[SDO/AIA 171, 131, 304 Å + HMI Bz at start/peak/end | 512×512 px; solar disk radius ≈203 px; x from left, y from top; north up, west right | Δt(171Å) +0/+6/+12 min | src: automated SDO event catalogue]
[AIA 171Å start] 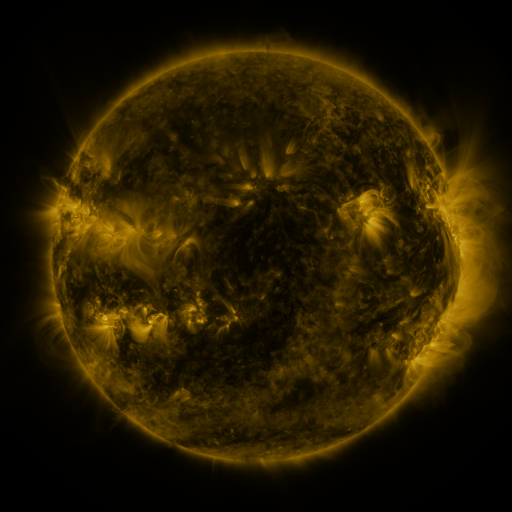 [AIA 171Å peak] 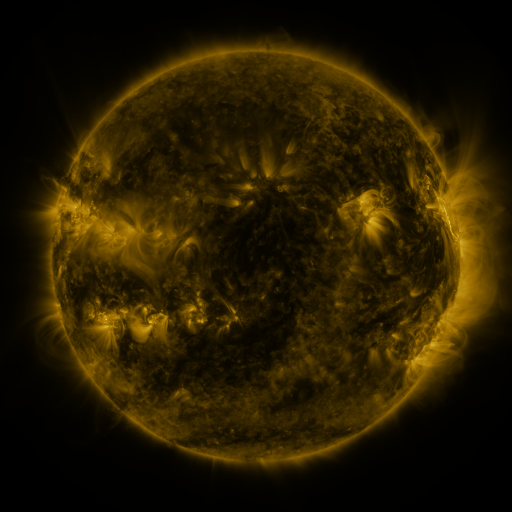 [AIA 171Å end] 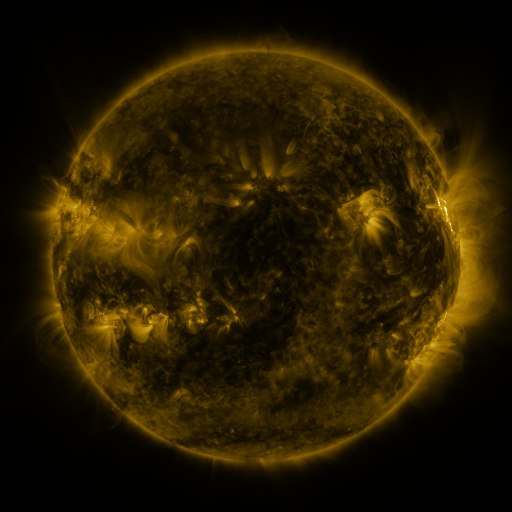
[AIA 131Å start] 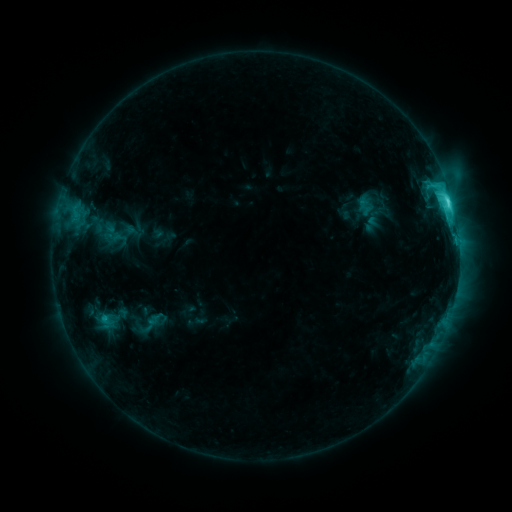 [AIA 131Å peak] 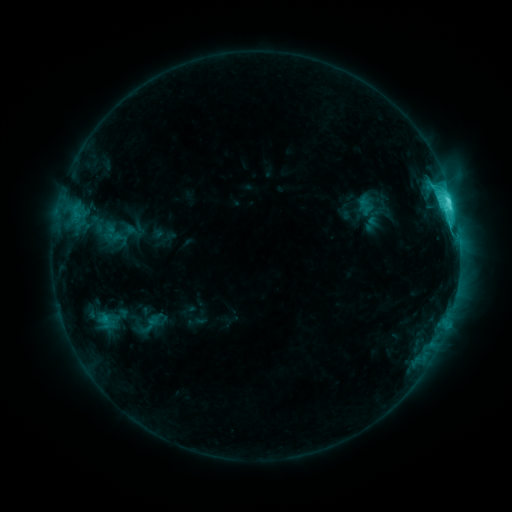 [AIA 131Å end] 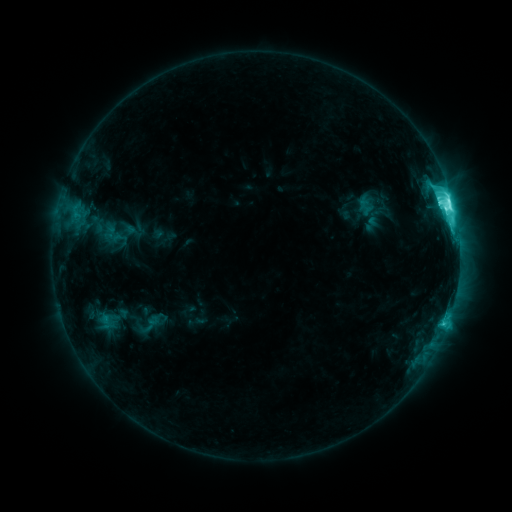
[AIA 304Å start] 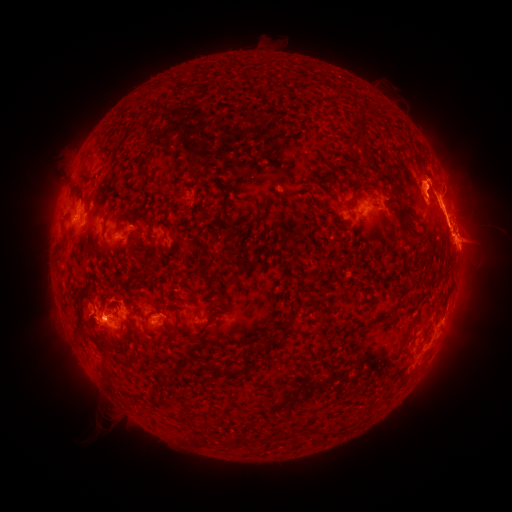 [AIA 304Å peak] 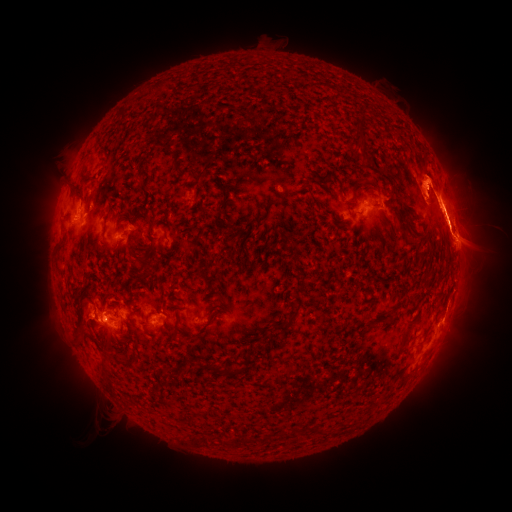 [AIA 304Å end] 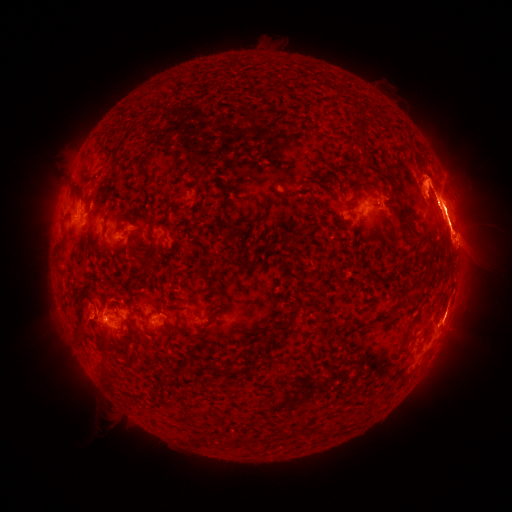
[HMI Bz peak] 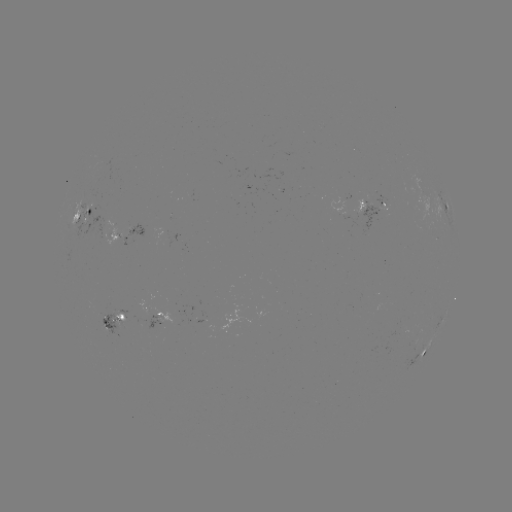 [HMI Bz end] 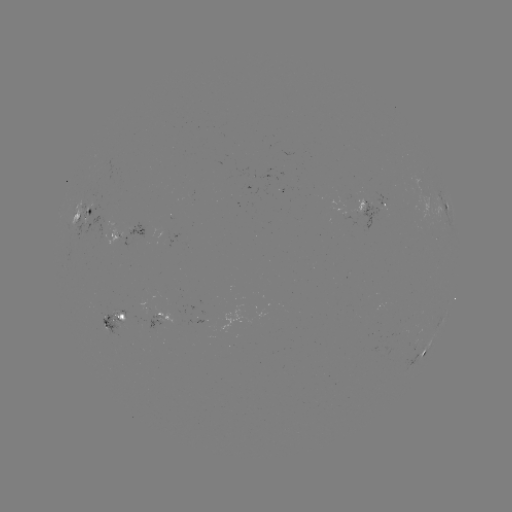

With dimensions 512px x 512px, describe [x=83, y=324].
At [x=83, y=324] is eruption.